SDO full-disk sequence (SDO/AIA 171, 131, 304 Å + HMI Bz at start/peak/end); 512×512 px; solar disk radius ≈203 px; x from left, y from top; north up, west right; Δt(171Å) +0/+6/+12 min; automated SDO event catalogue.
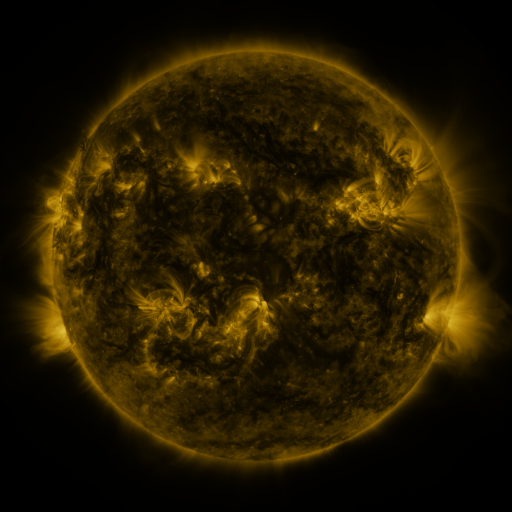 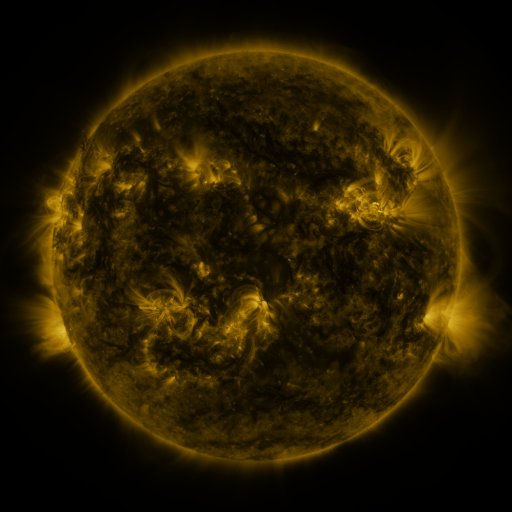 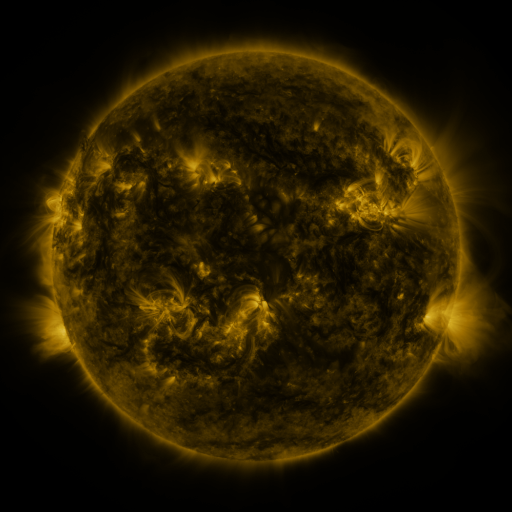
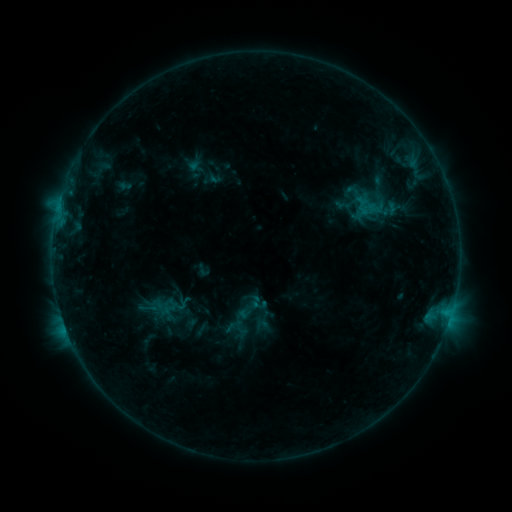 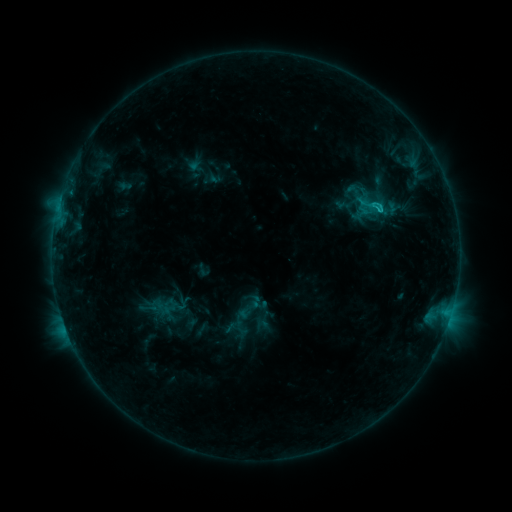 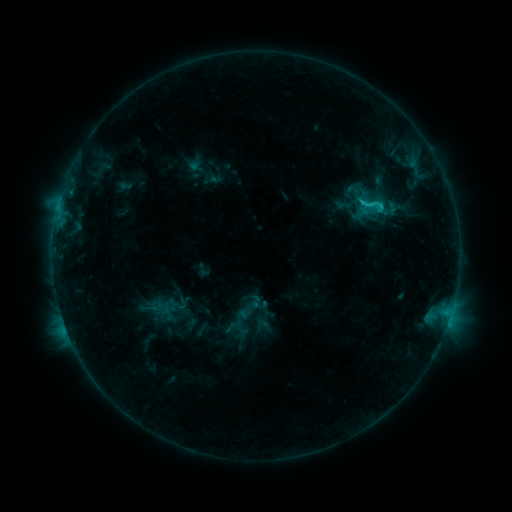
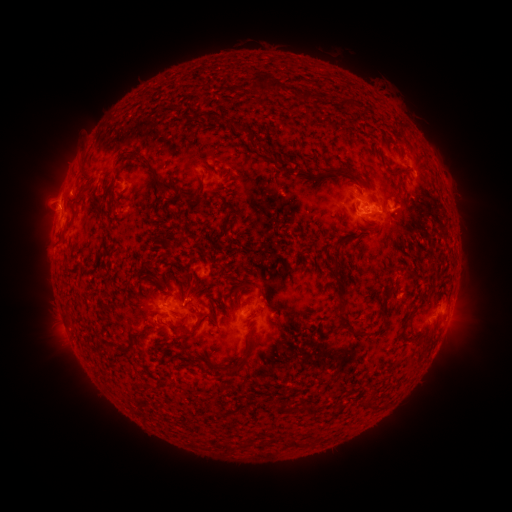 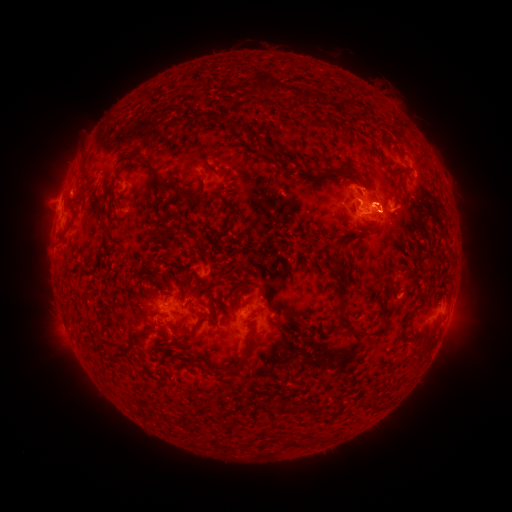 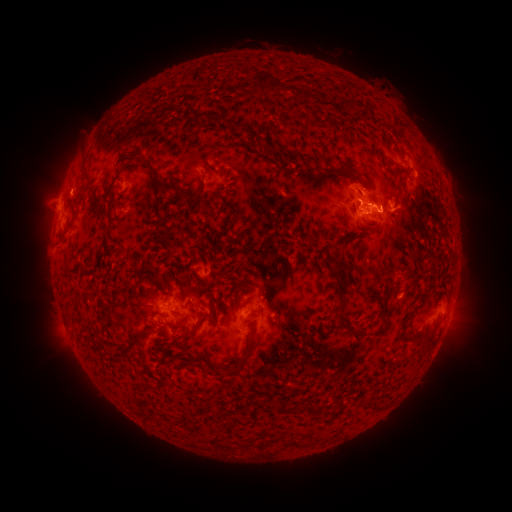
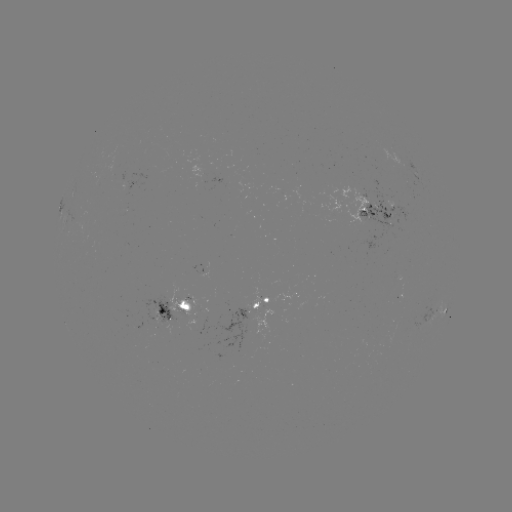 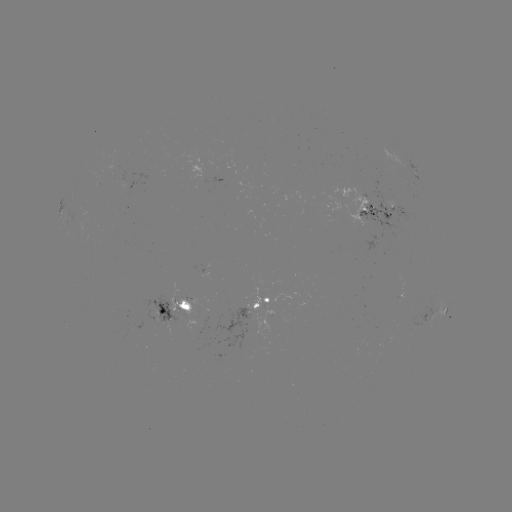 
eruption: <bbox>353, 168, 405, 214</bbox>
